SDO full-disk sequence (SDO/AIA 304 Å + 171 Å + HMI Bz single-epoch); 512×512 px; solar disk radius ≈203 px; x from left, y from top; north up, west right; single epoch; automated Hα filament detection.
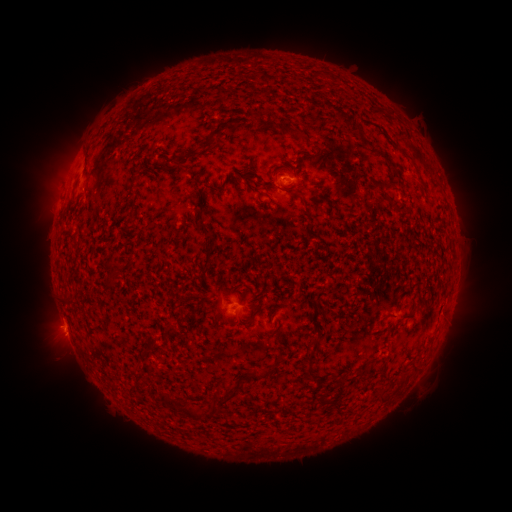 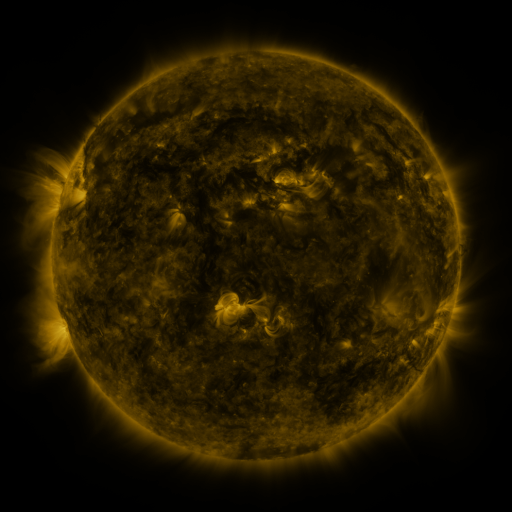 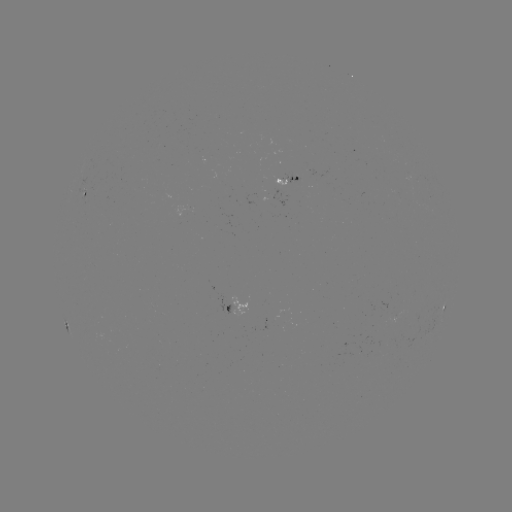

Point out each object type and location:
filament: (343, 116)
filament: (360, 131)
filament: (296, 134)
filament: (209, 141)
filament: (176, 161)
filament: (393, 167)
filament: (416, 169)
filament: (134, 181)
filament: (303, 185)
filament: (385, 199)
filament: (398, 210)
filament: (206, 230)
filament: (115, 266)
filament: (389, 315)
filament: (170, 329)
filament: (156, 347)
filament: (415, 368)
filament: (310, 372)
filament: (263, 374)
filament: (342, 377)
filament: (227, 394)
filament: (380, 395)
filament: (337, 405)
filament: (180, 406)
